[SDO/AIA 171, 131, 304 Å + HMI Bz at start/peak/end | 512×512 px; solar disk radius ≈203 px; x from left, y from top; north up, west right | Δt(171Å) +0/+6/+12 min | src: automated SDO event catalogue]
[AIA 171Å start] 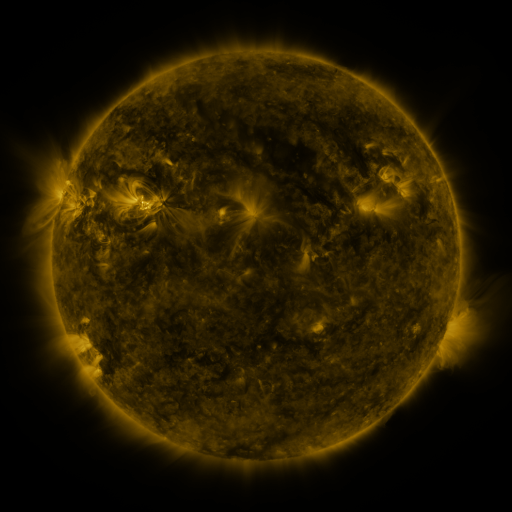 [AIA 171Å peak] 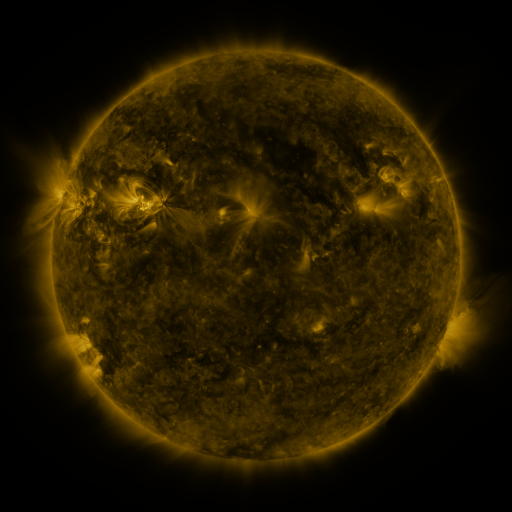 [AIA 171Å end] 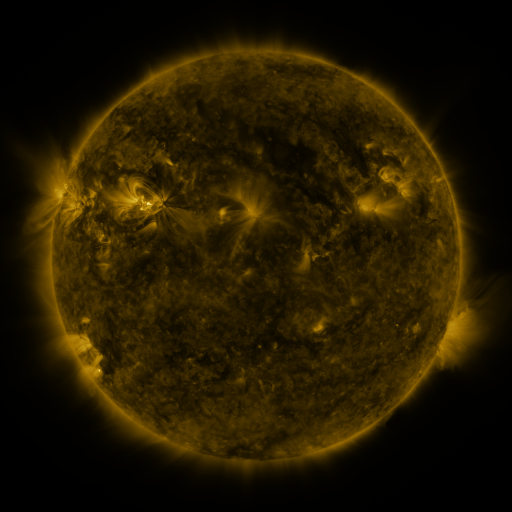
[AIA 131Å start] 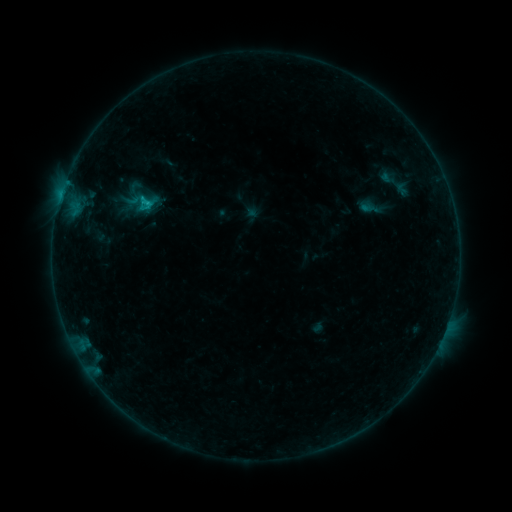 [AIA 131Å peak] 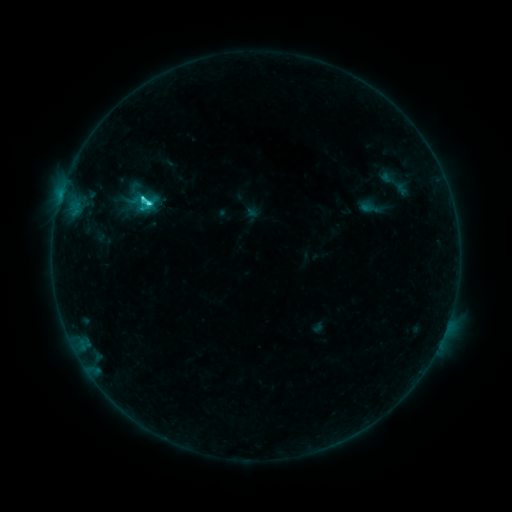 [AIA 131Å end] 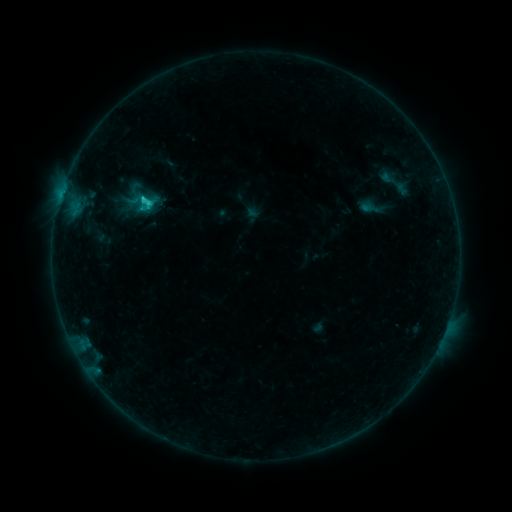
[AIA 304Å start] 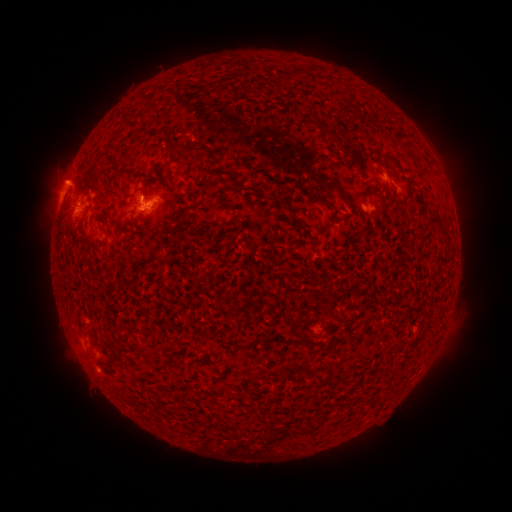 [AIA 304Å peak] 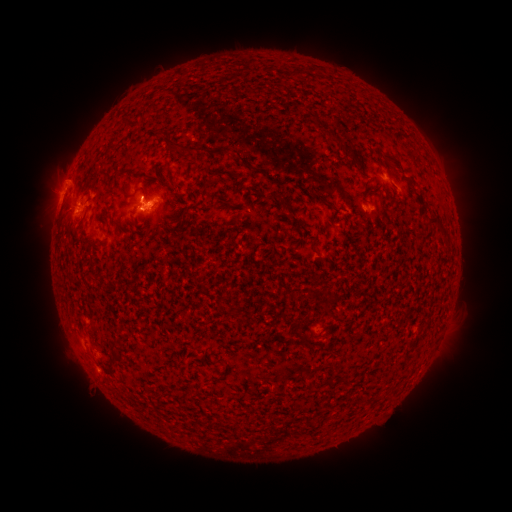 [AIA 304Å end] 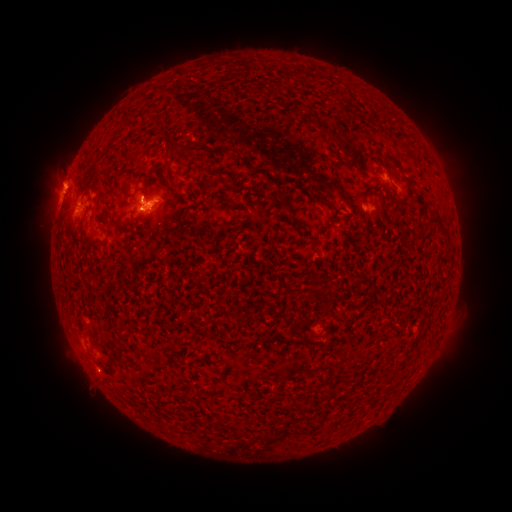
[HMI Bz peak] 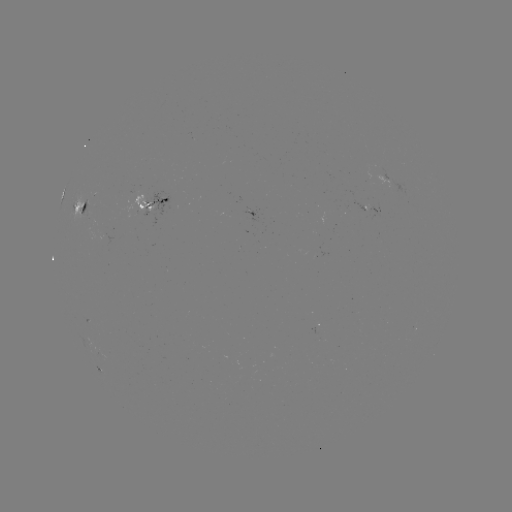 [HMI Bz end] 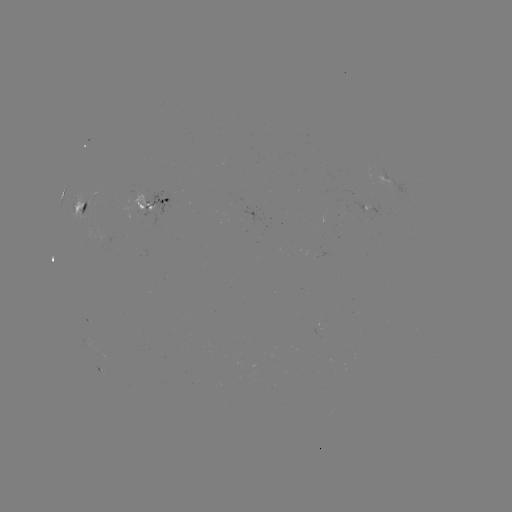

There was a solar flare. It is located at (150, 205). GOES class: C2.5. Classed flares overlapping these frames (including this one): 1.